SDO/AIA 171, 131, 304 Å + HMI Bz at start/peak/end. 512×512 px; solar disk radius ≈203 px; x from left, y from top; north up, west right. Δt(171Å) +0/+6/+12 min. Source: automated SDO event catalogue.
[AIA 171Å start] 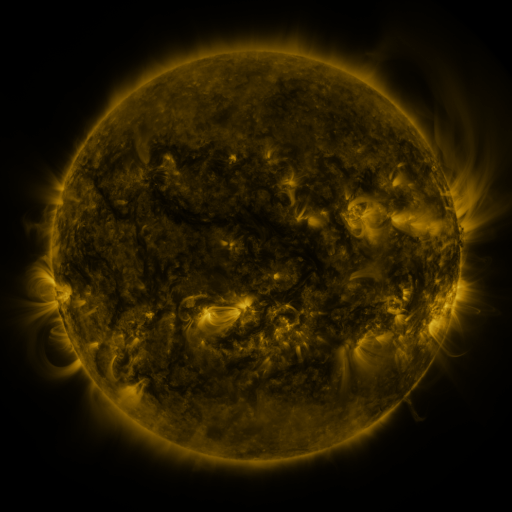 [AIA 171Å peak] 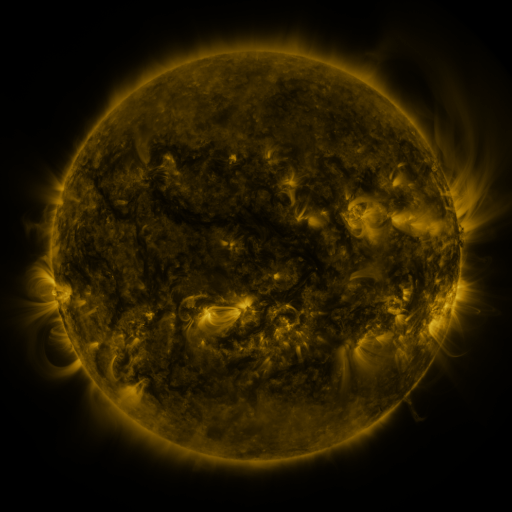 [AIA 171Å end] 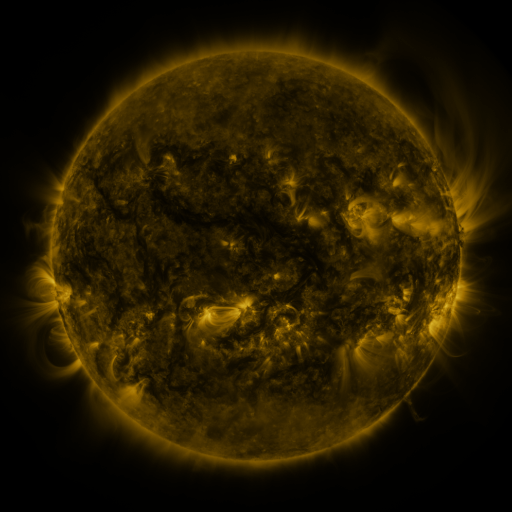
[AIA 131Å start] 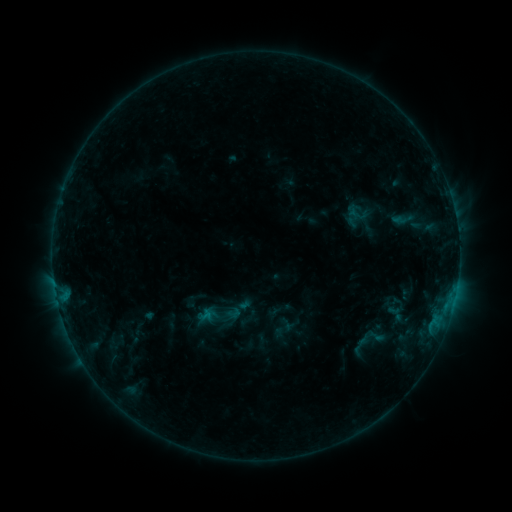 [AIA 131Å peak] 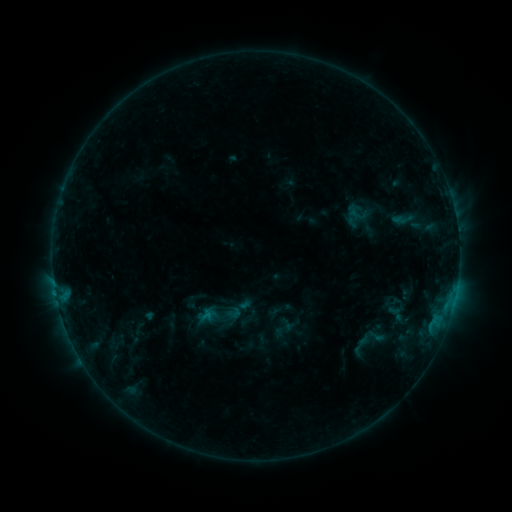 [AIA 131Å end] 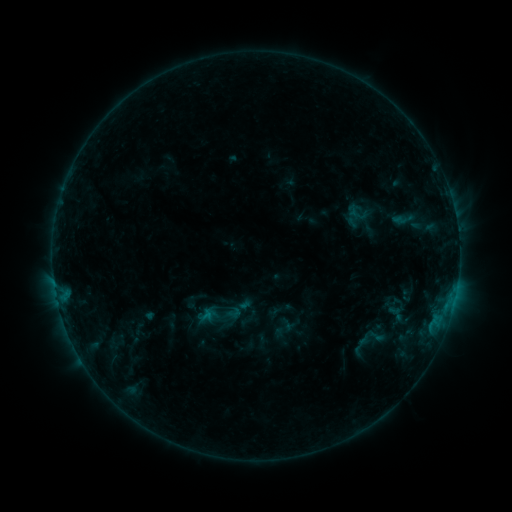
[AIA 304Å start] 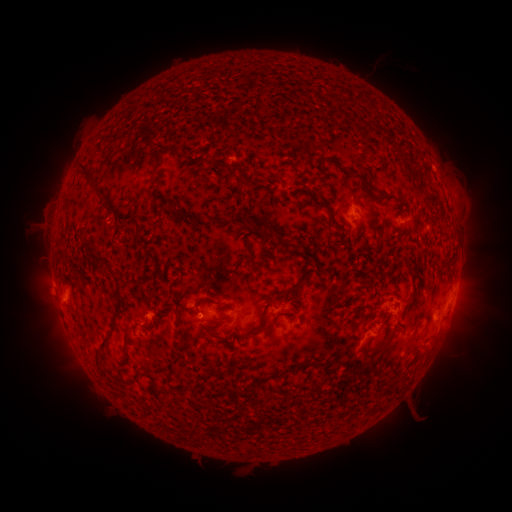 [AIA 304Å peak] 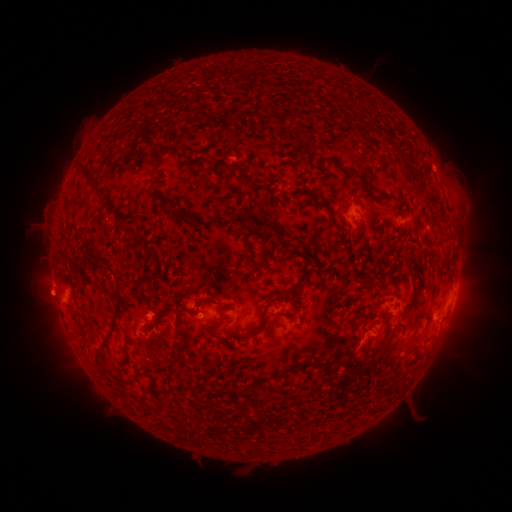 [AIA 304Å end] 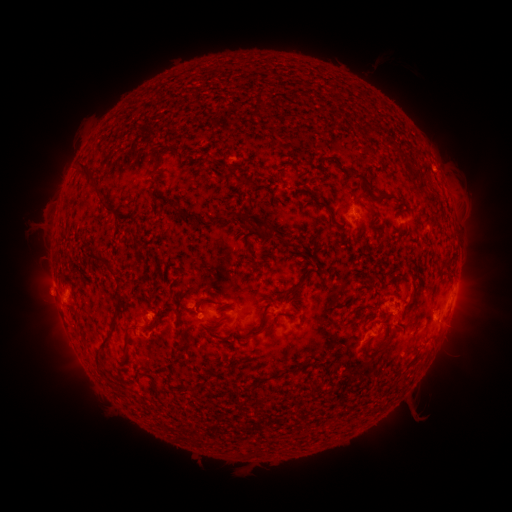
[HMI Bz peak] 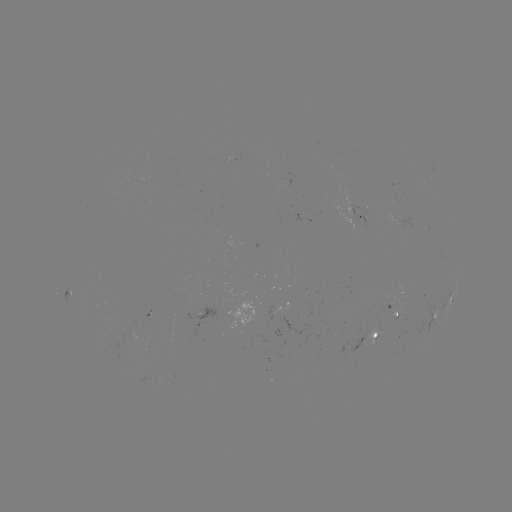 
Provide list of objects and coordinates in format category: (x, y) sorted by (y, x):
eruption: (43, 293)
